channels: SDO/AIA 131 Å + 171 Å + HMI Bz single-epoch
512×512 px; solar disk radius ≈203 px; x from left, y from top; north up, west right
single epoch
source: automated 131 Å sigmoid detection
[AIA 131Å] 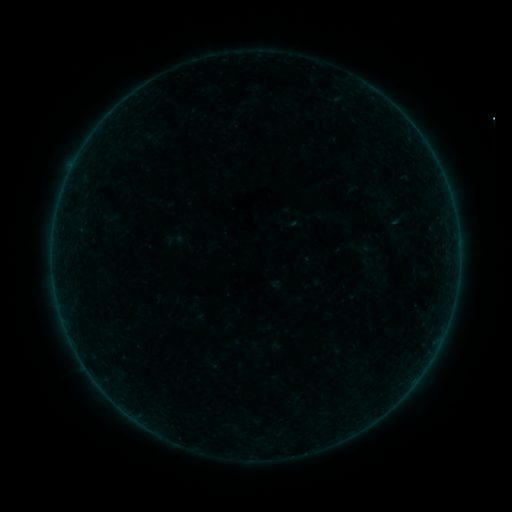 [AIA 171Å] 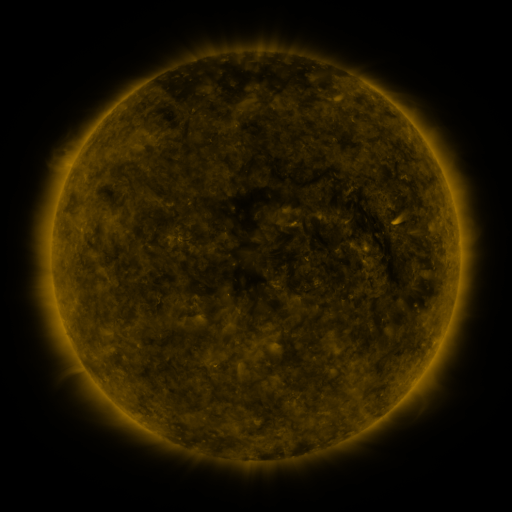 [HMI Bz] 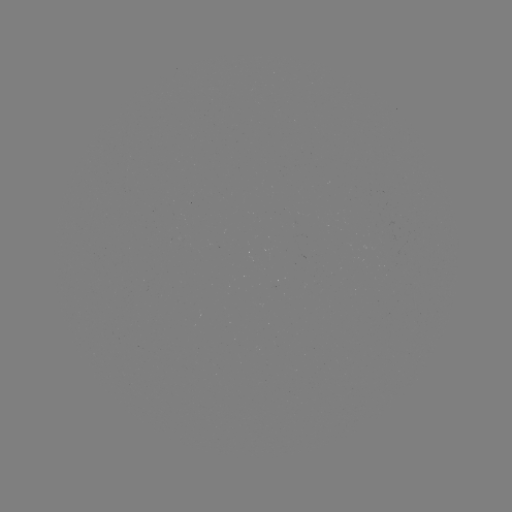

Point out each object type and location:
sigmoid: (361, 247)
